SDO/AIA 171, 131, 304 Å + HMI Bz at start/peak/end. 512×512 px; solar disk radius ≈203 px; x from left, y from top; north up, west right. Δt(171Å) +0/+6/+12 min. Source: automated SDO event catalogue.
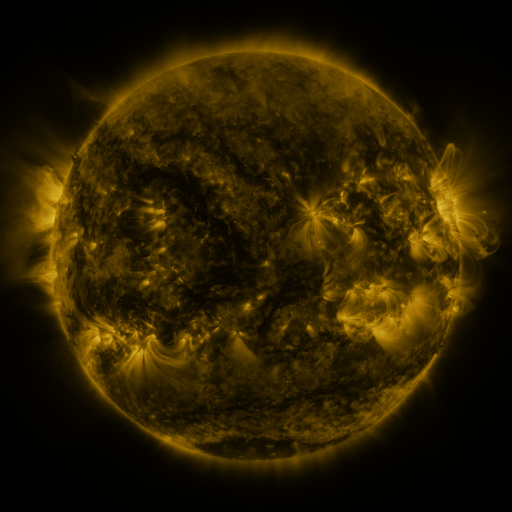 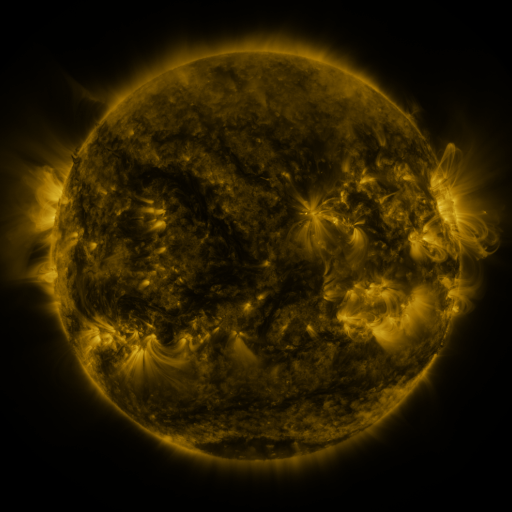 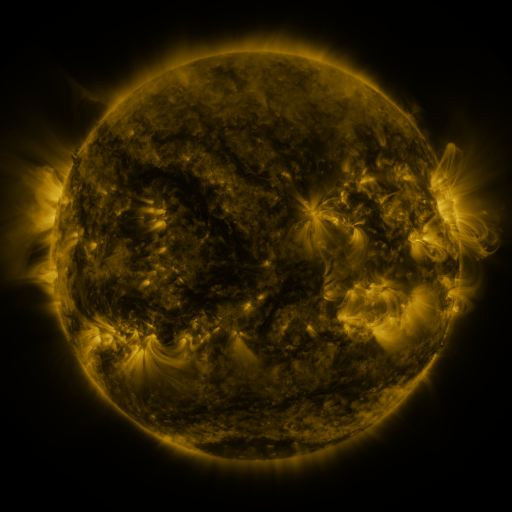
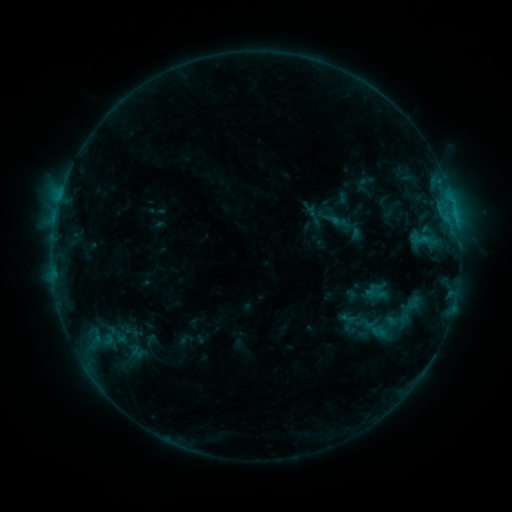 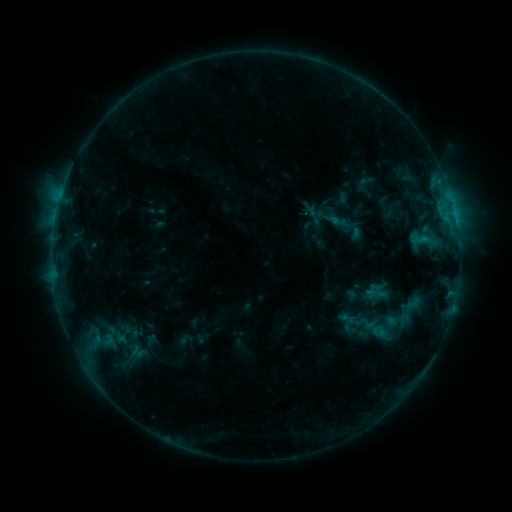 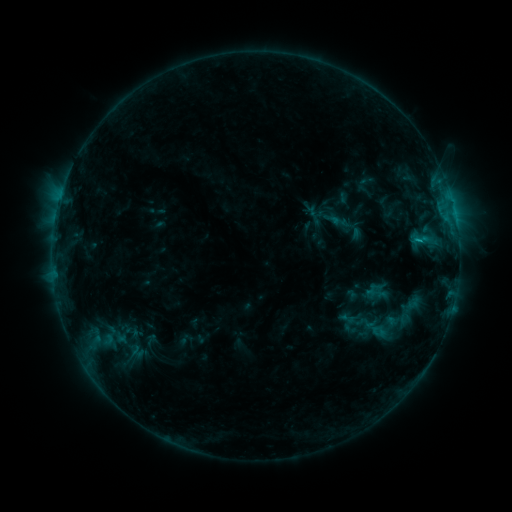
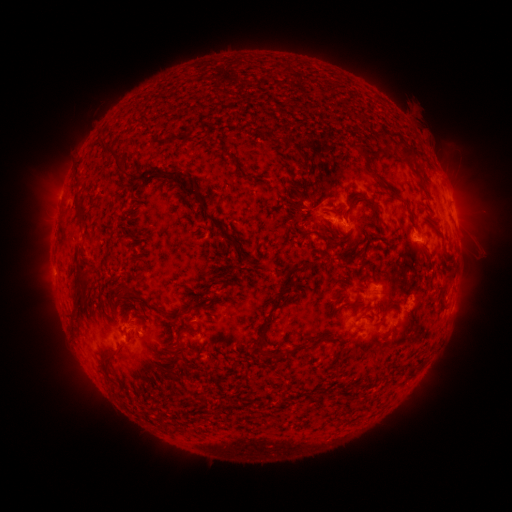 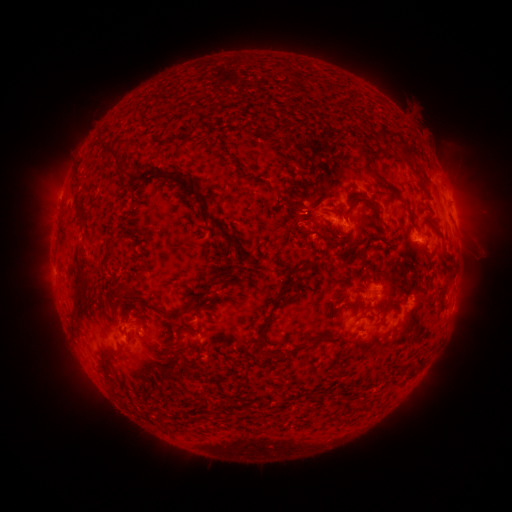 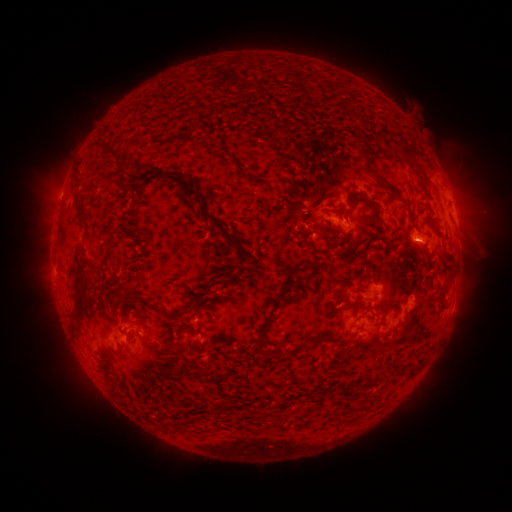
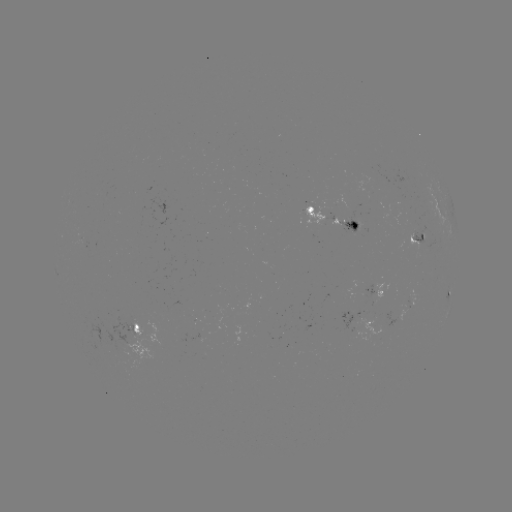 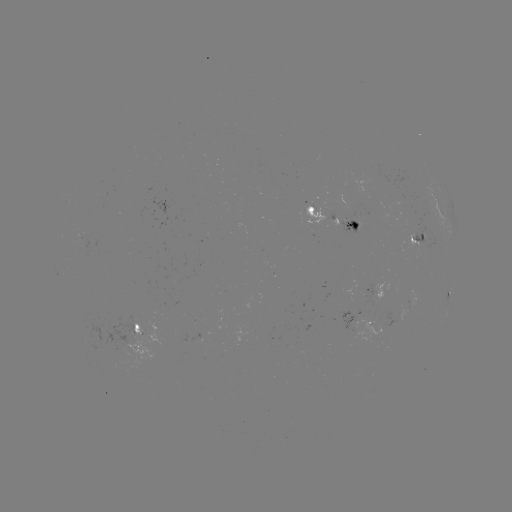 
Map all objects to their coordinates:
B7.1 flare: (454, 214)
